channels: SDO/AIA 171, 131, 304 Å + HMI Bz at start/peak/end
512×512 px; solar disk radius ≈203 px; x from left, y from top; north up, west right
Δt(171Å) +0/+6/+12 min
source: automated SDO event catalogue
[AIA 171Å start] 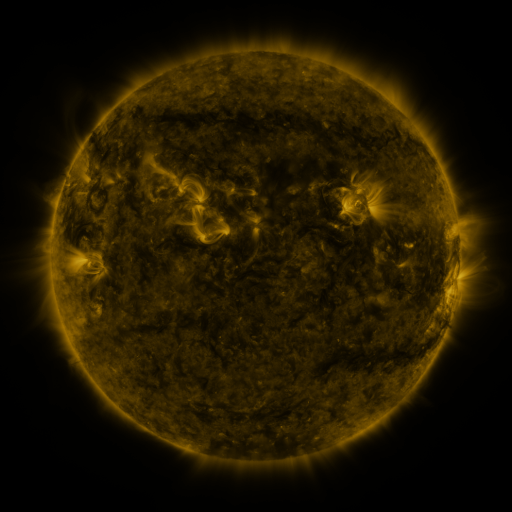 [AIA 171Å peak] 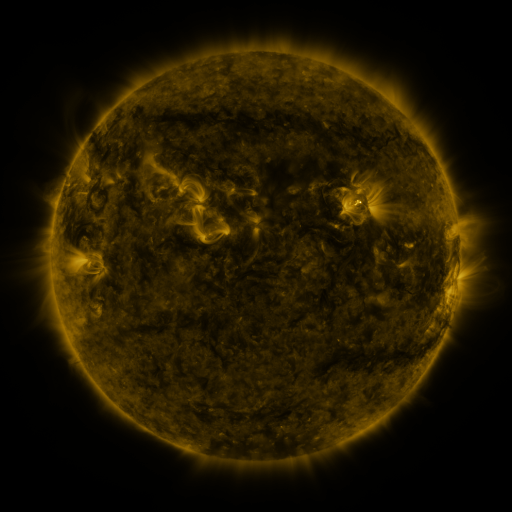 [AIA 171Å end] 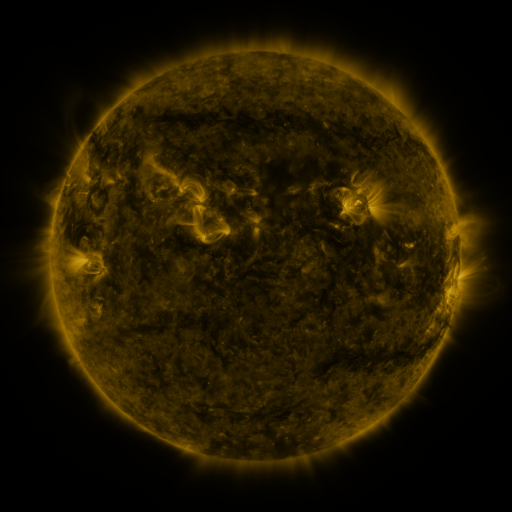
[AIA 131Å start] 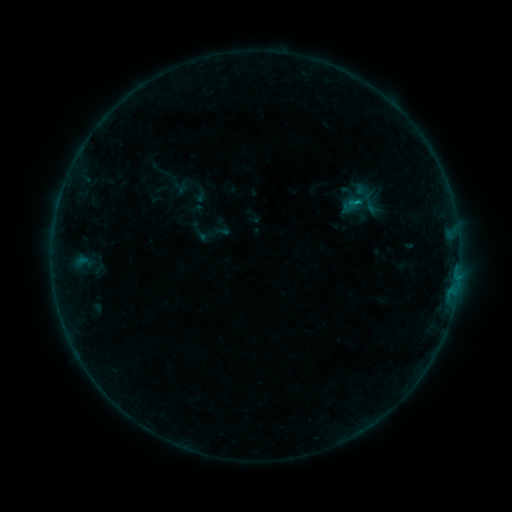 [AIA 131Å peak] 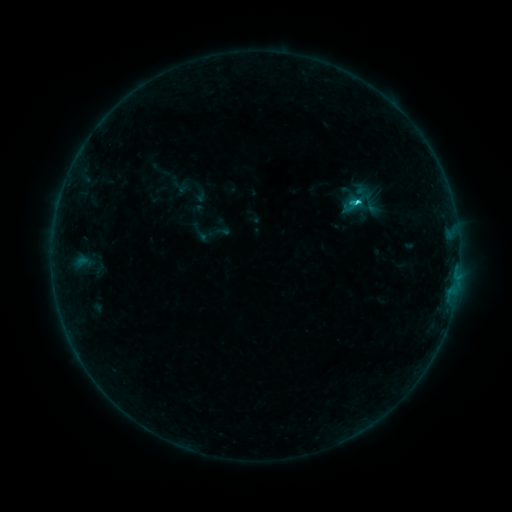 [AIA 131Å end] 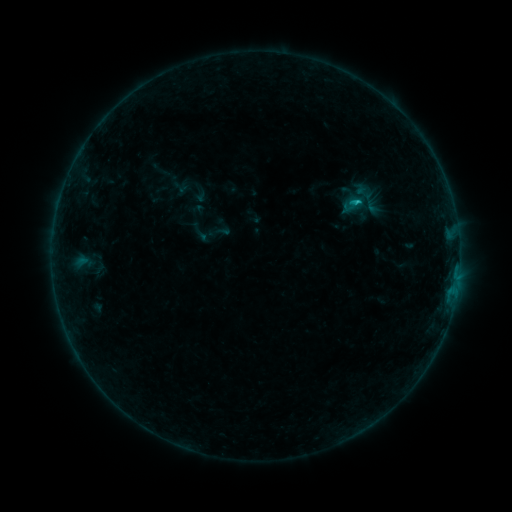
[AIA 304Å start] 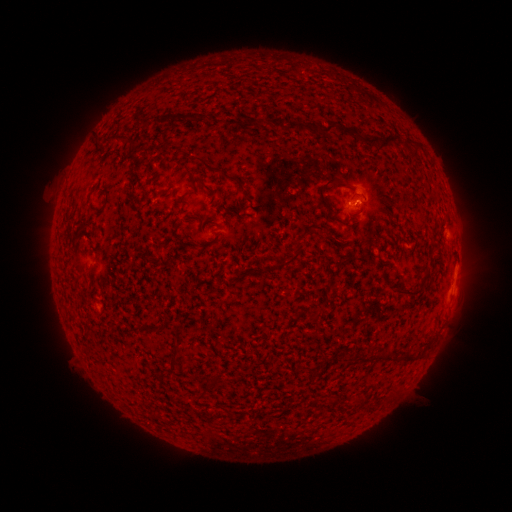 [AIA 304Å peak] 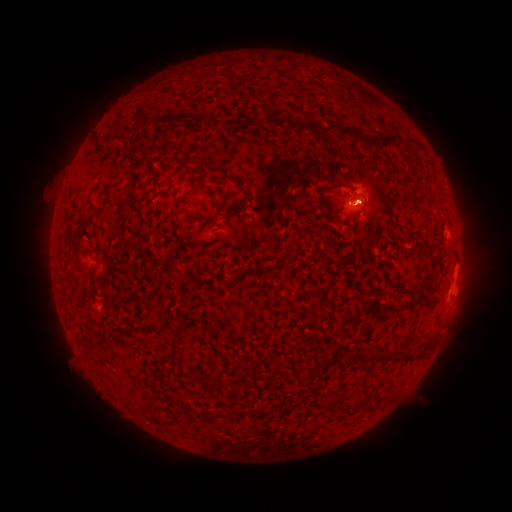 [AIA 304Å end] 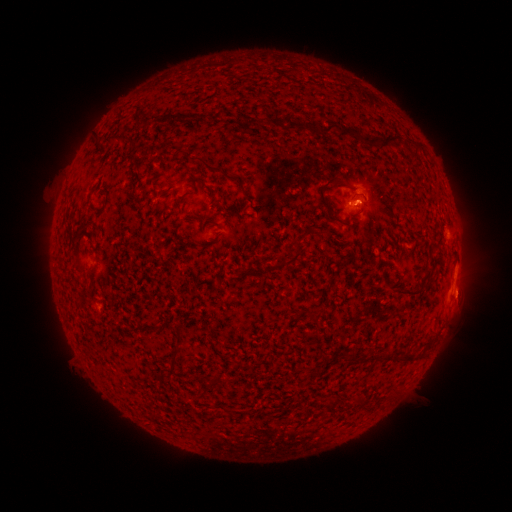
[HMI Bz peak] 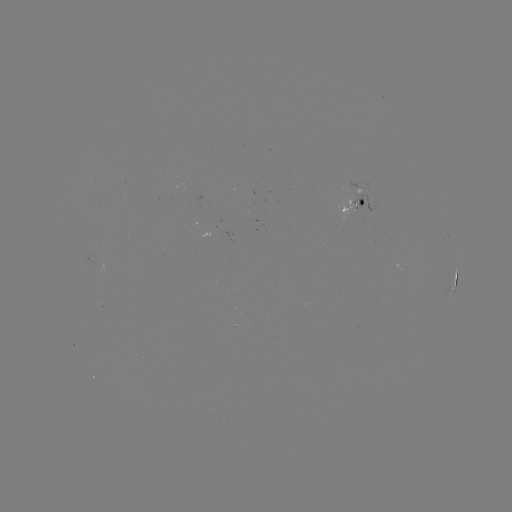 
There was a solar flare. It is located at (355, 206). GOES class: C1.1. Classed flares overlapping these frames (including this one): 1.